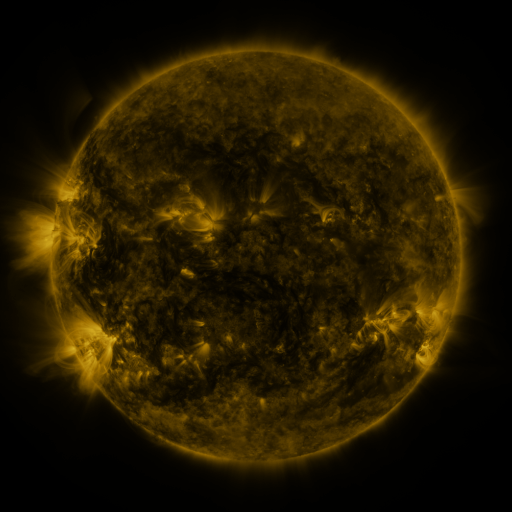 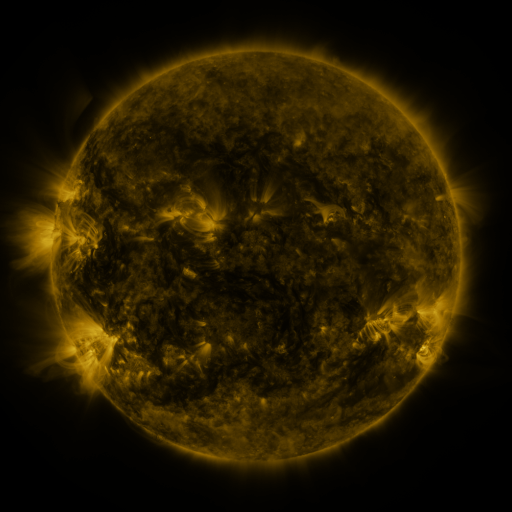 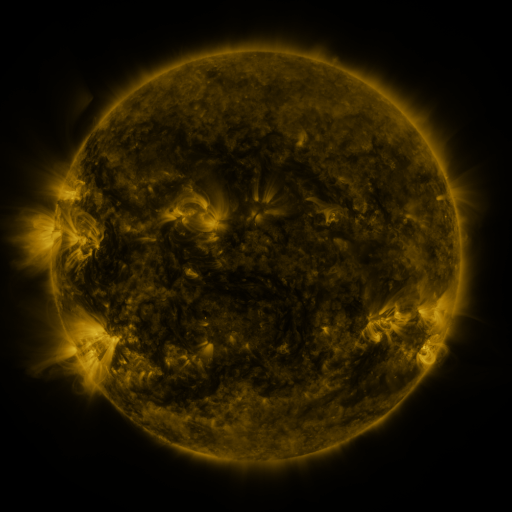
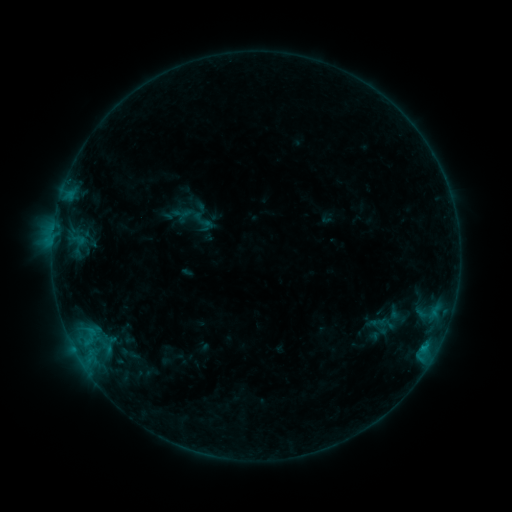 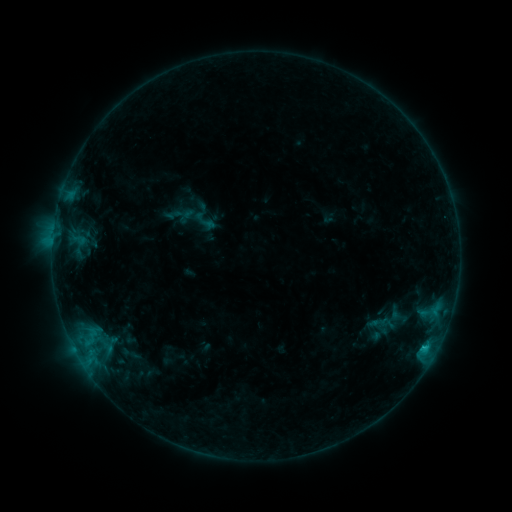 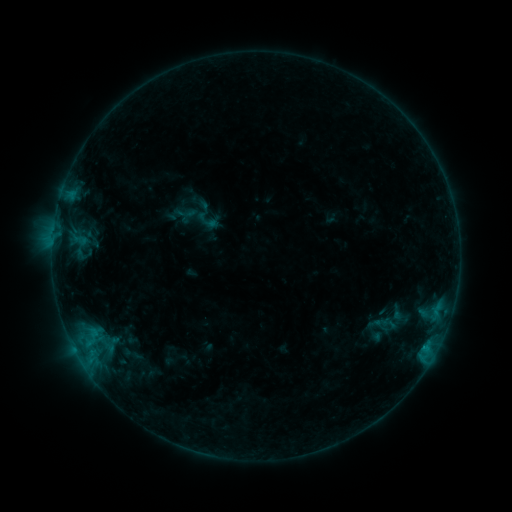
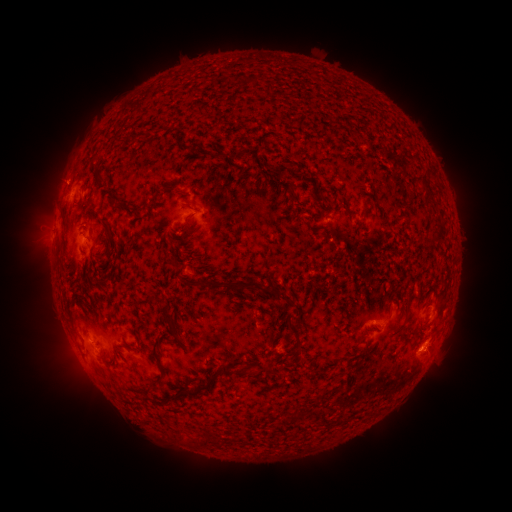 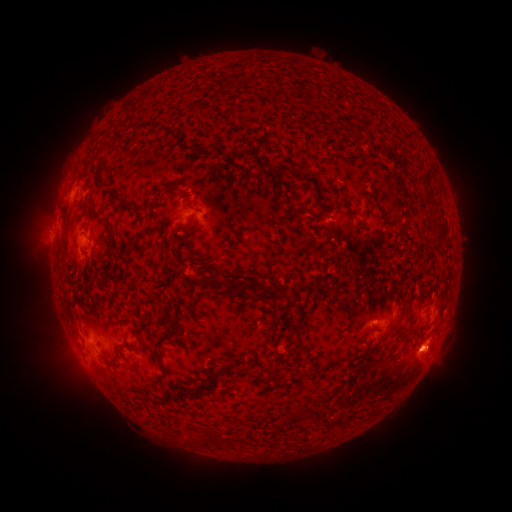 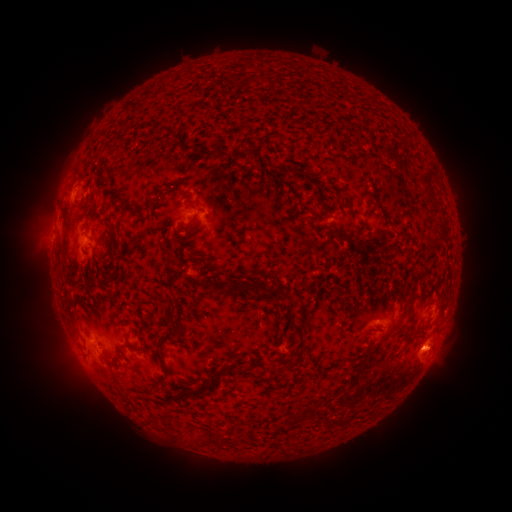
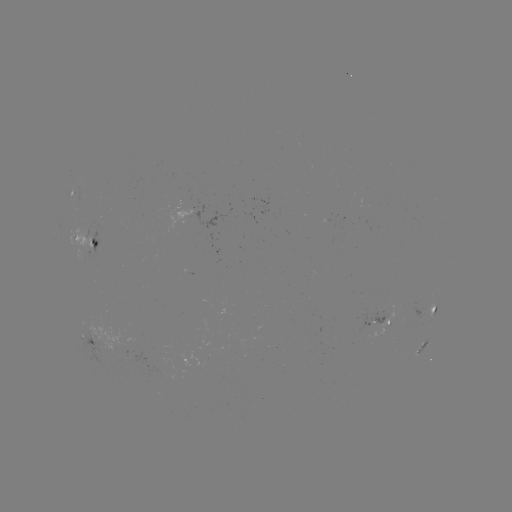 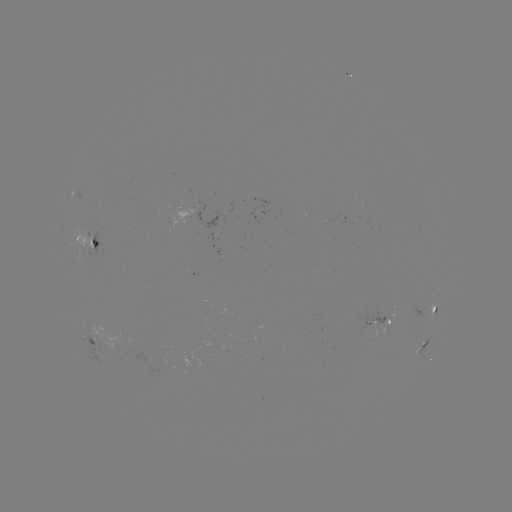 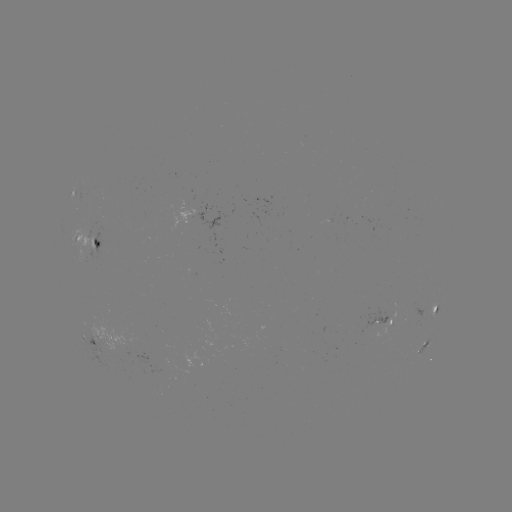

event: flare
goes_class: B7.8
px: (424, 347)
